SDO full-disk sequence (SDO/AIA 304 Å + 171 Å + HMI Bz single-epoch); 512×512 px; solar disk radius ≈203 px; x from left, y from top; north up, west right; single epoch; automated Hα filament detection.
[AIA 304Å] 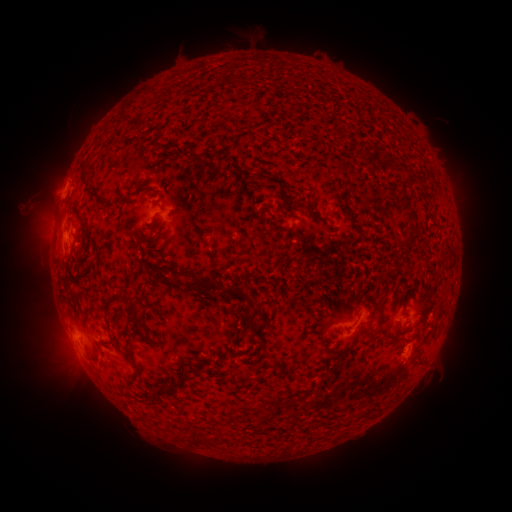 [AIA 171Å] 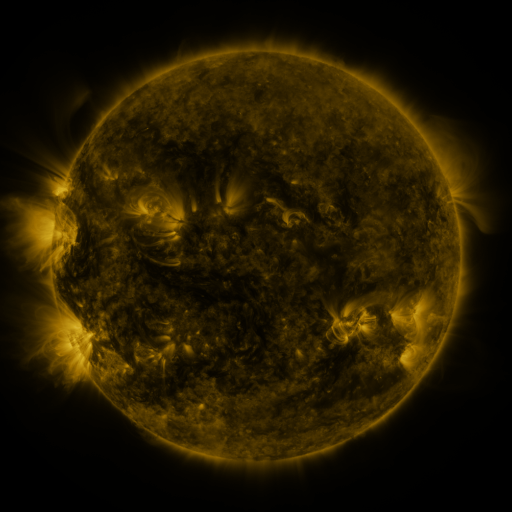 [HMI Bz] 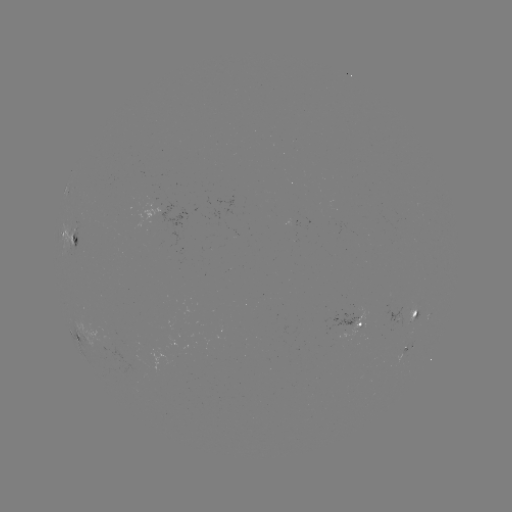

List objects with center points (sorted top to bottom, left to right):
filament: (158, 147)
filament: (213, 149)
filament: (173, 158)
filament: (192, 158)
filament: (344, 166)
filament: (236, 187)
filament: (404, 199)
filament: (266, 206)
filament: (75, 210)
filament: (107, 213)
filament: (156, 219)
filament: (411, 238)
filament: (75, 242)
filament: (149, 246)
filament: (180, 273)
filament: (162, 279)
filament: (204, 287)
filament: (241, 296)
filament: (126, 299)
filament: (381, 307)
filament: (415, 311)
filament: (109, 315)
filament: (137, 323)
filament: (372, 331)
filament: (261, 335)
filament: (420, 356)
filament: (132, 358)
filament: (182, 378)
filament: (170, 387)
filament: (341, 422)
